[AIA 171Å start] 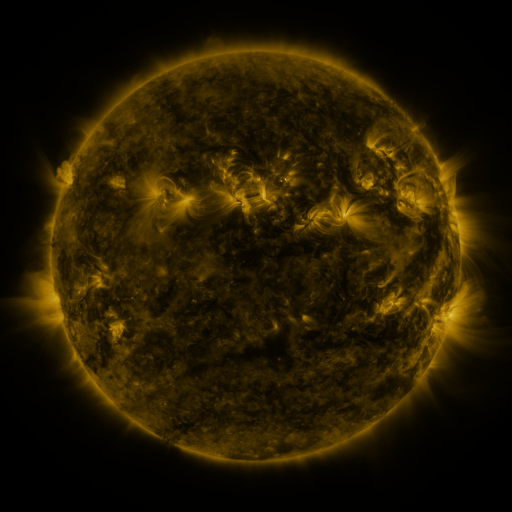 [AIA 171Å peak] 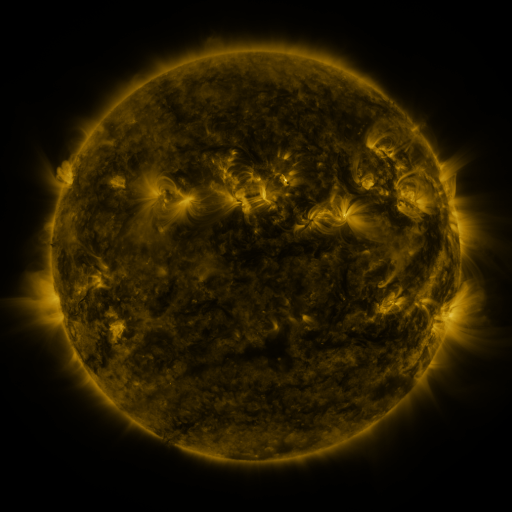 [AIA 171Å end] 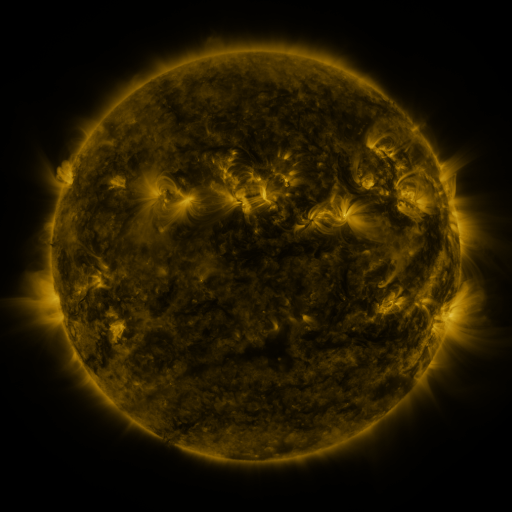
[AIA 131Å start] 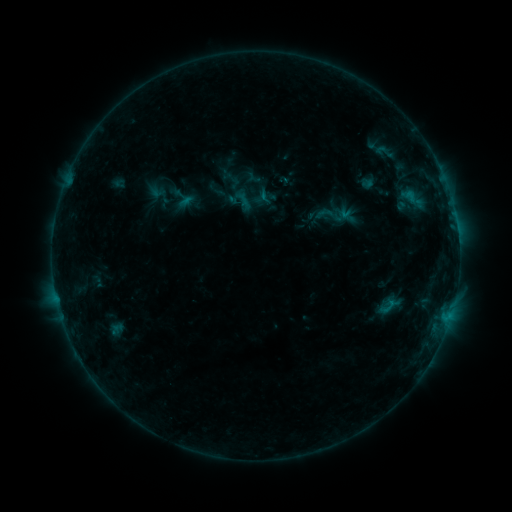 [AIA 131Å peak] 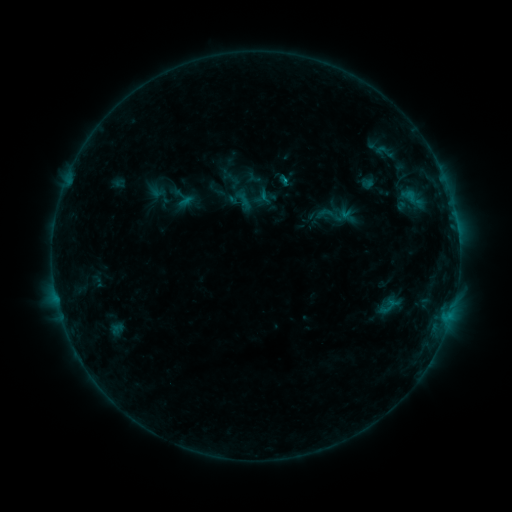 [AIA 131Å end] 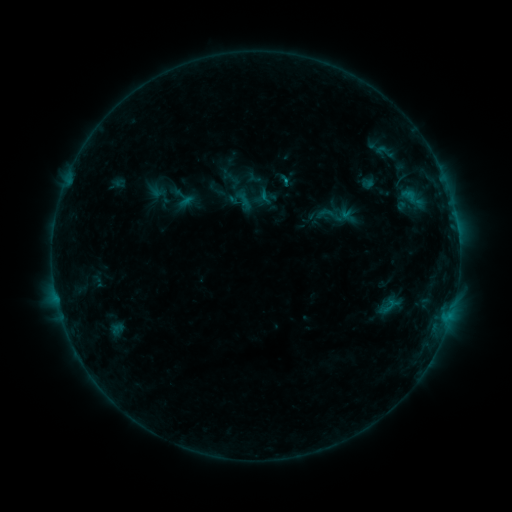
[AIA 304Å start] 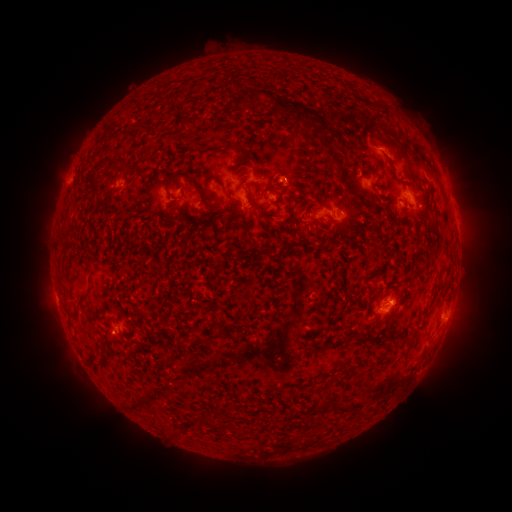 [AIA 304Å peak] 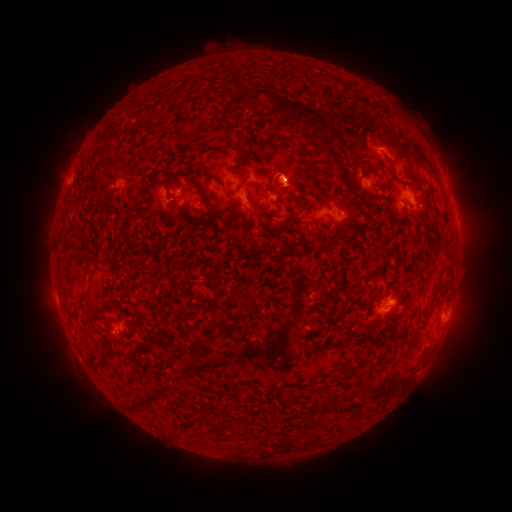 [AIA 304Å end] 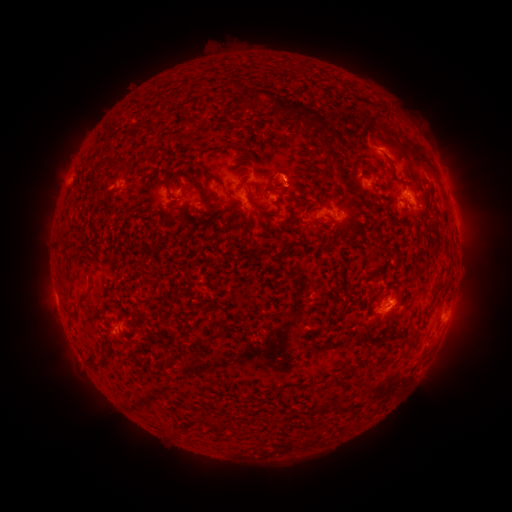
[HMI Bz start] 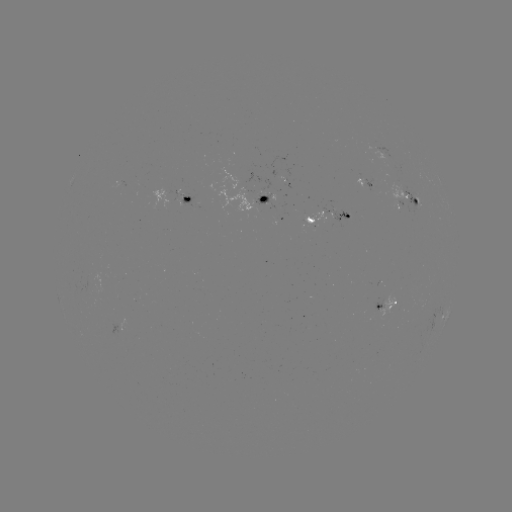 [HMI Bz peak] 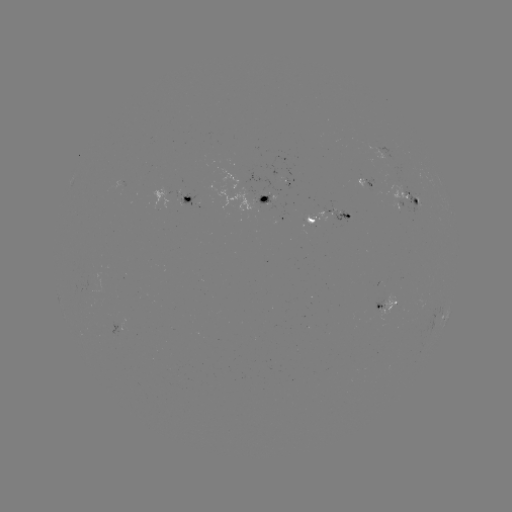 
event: flare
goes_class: B6.5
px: (283, 182)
